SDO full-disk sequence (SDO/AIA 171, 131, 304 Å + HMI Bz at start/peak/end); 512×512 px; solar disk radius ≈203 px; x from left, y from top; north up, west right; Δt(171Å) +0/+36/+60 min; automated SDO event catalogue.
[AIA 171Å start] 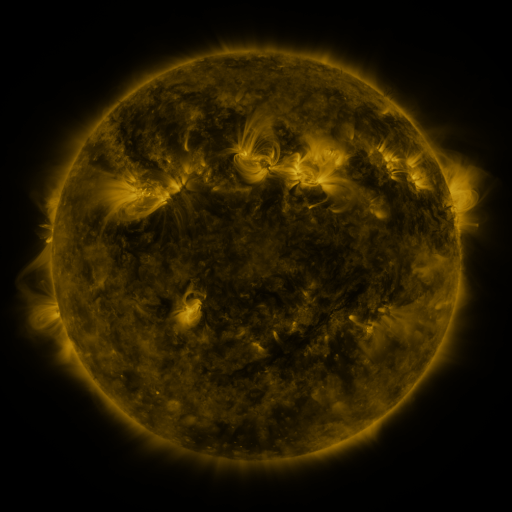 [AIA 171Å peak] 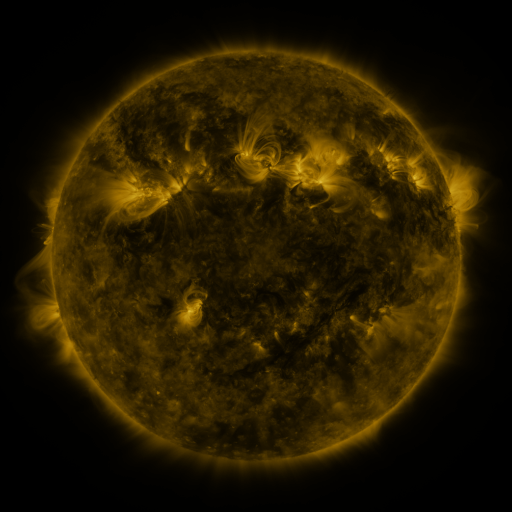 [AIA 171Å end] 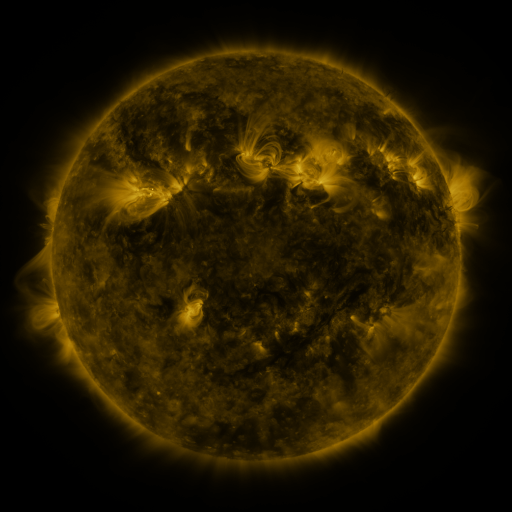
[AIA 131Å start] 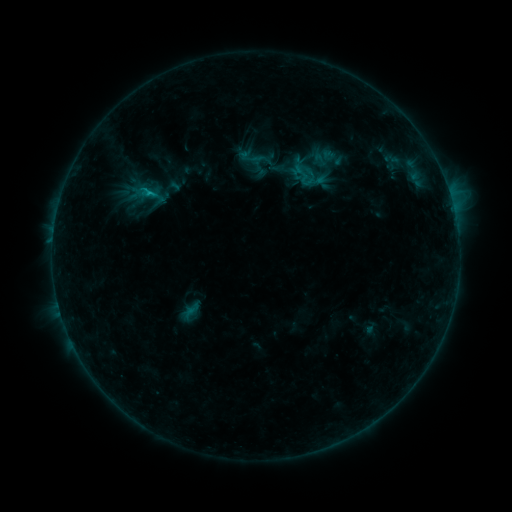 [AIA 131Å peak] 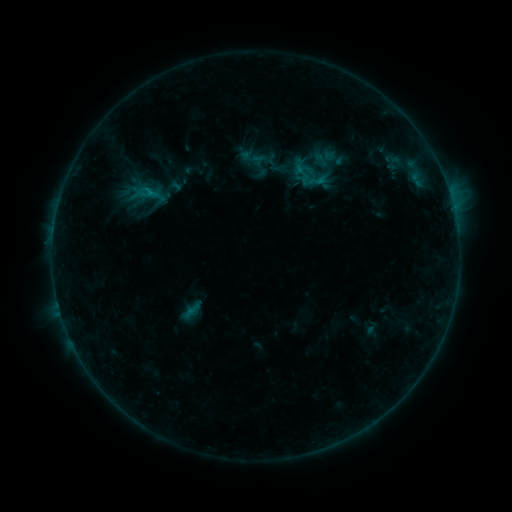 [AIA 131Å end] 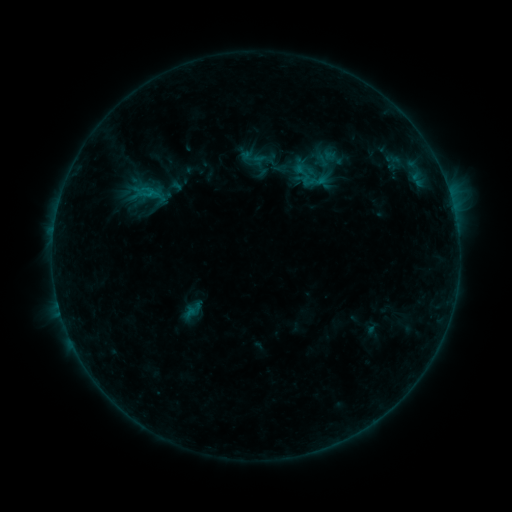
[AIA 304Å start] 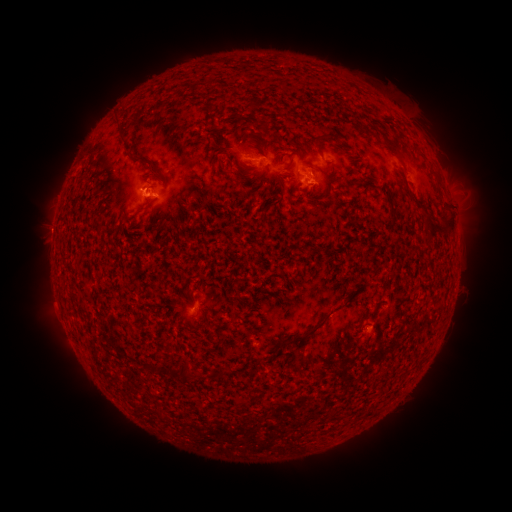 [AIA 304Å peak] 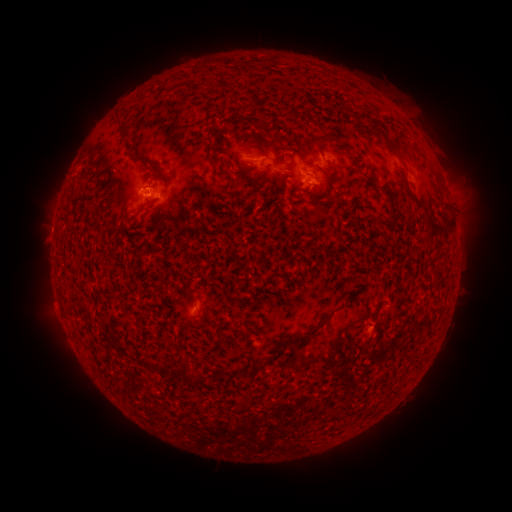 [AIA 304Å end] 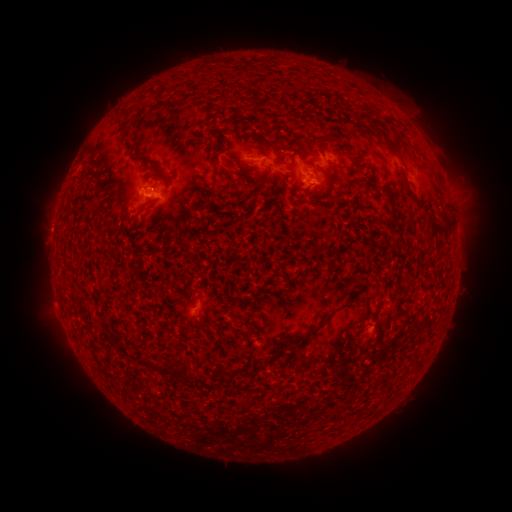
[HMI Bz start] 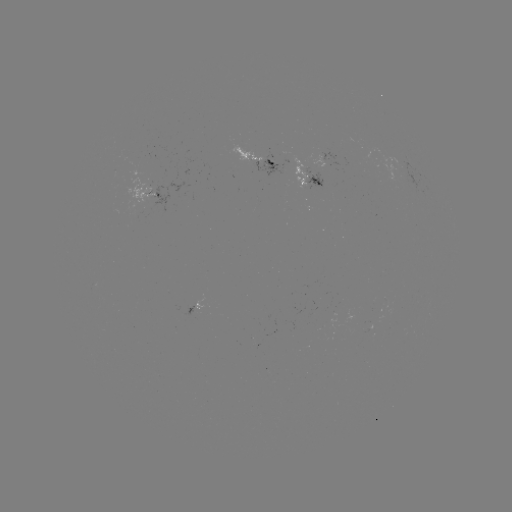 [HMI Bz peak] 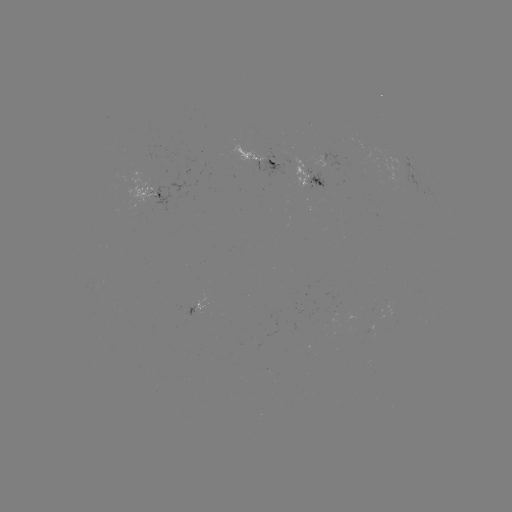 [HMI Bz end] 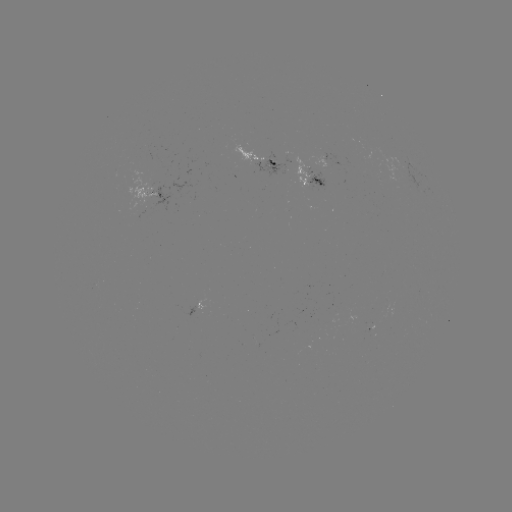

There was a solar emerging-flux region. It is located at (192, 310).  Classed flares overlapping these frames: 1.